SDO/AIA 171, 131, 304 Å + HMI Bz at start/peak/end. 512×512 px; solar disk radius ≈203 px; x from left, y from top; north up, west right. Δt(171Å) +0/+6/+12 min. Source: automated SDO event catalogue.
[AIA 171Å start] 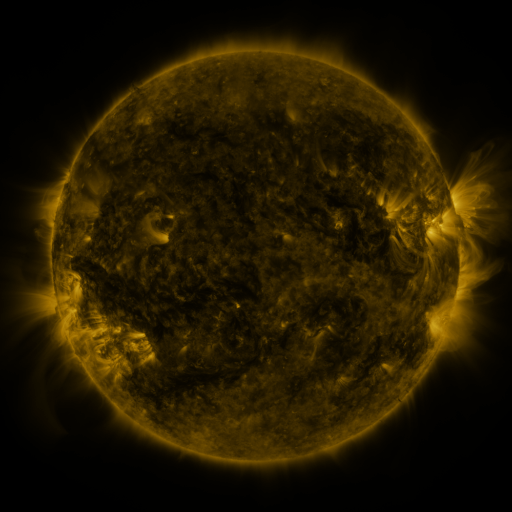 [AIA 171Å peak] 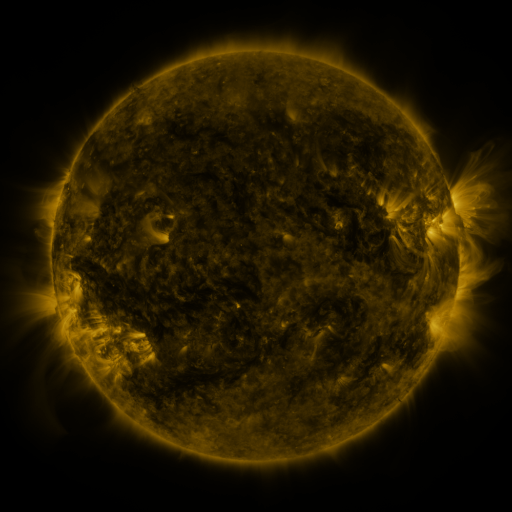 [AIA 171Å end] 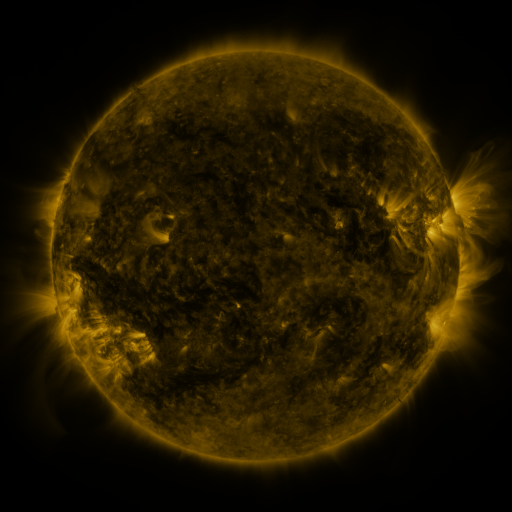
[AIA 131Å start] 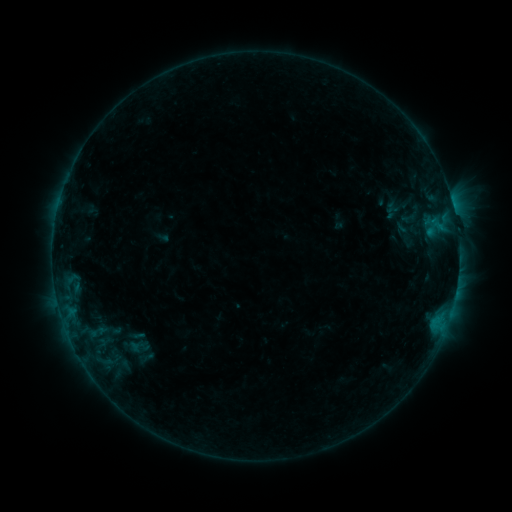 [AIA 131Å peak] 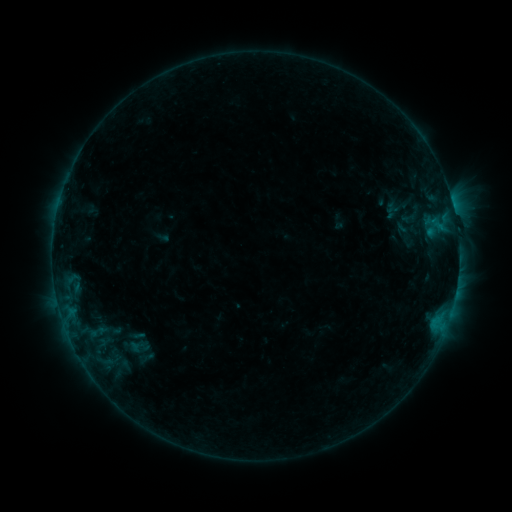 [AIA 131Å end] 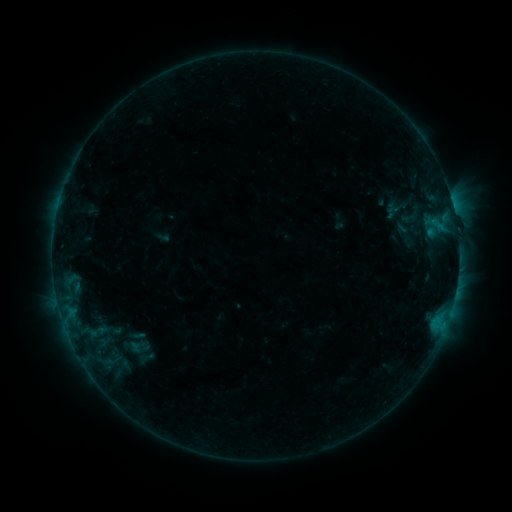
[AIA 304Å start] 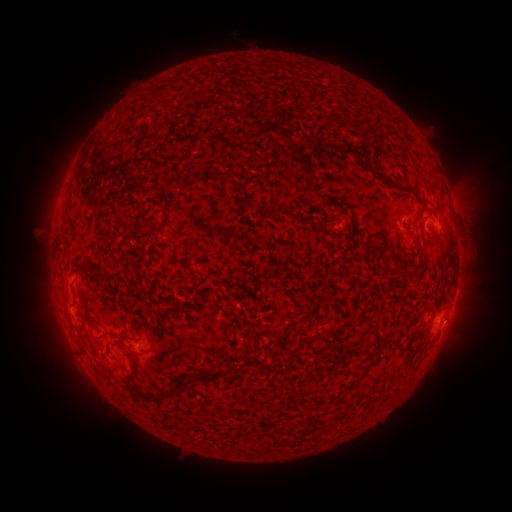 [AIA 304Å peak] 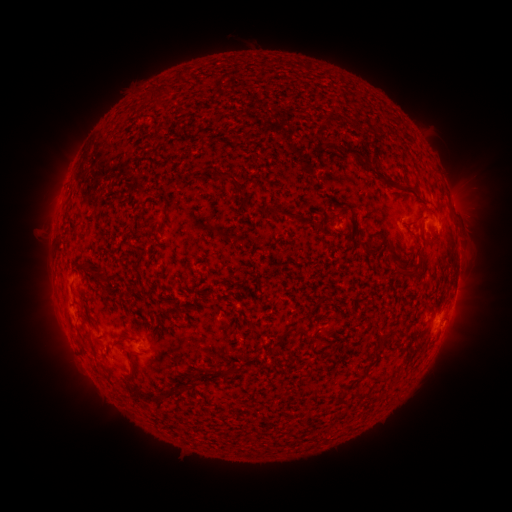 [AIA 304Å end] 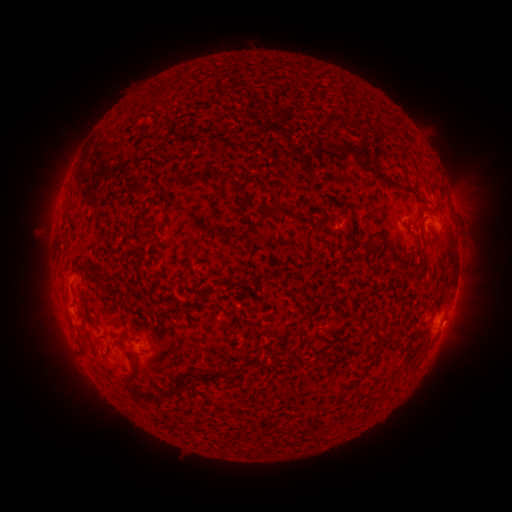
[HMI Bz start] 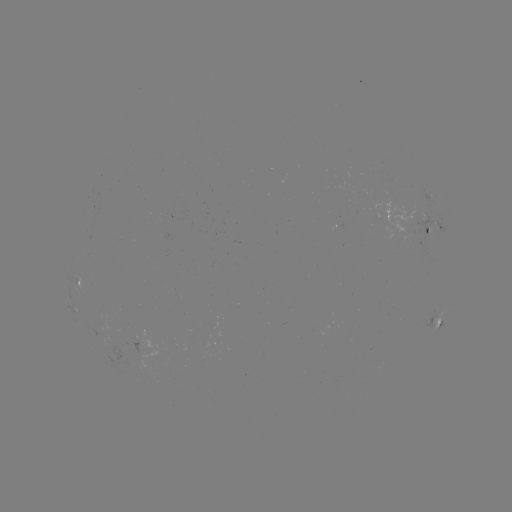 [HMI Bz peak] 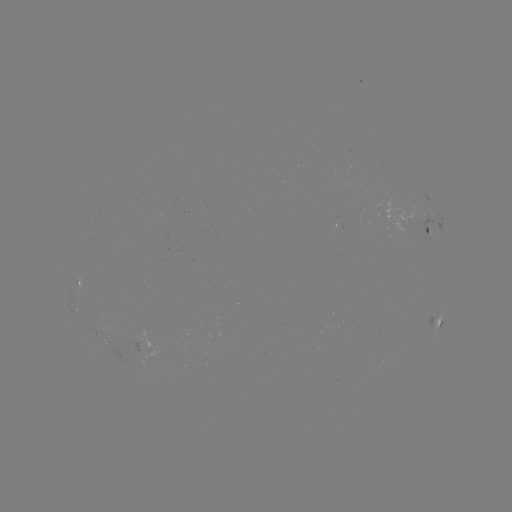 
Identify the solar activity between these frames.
no classed flare was catalogued and no EUV brightening was flagged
